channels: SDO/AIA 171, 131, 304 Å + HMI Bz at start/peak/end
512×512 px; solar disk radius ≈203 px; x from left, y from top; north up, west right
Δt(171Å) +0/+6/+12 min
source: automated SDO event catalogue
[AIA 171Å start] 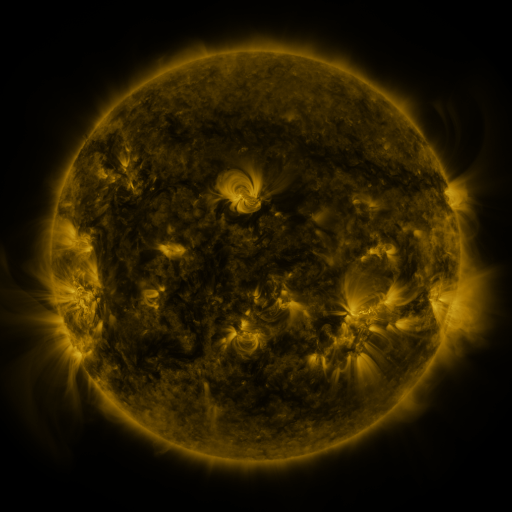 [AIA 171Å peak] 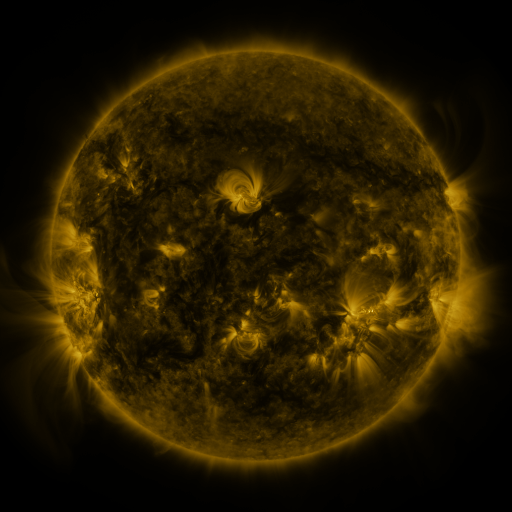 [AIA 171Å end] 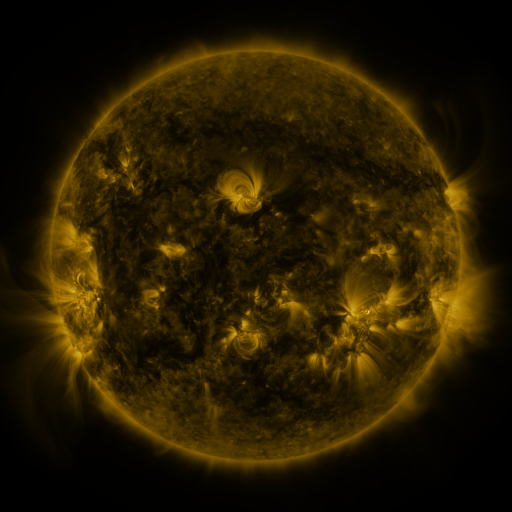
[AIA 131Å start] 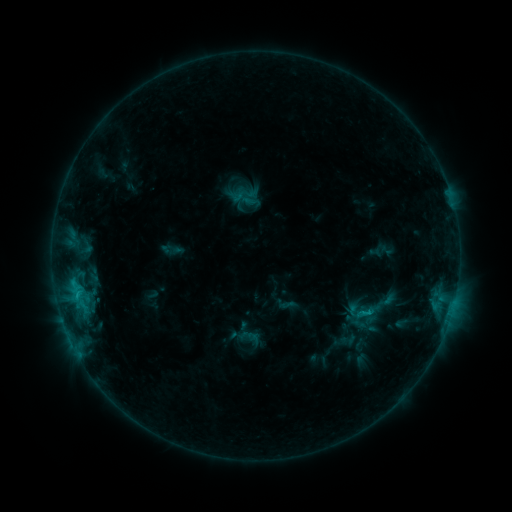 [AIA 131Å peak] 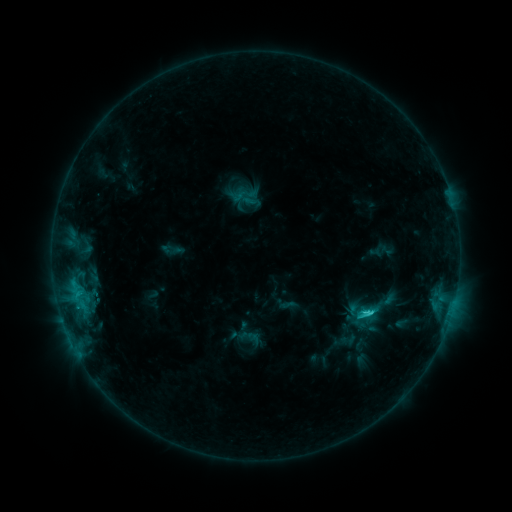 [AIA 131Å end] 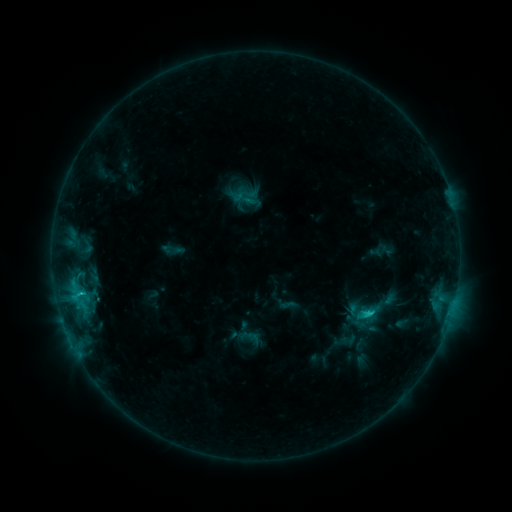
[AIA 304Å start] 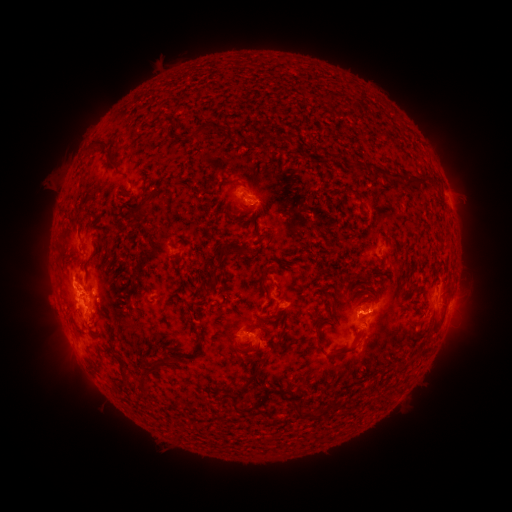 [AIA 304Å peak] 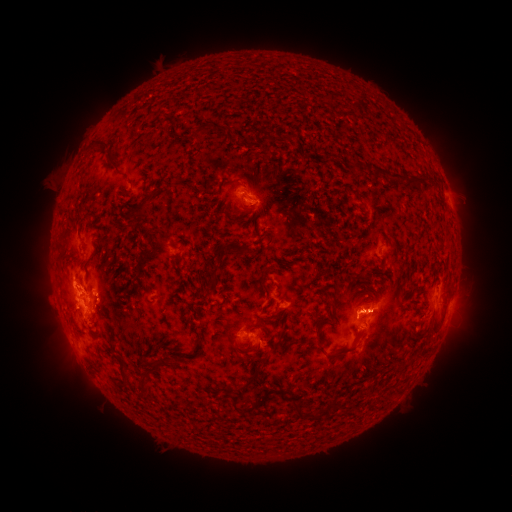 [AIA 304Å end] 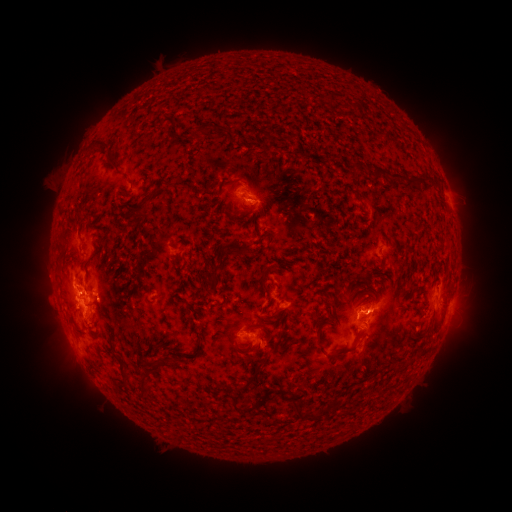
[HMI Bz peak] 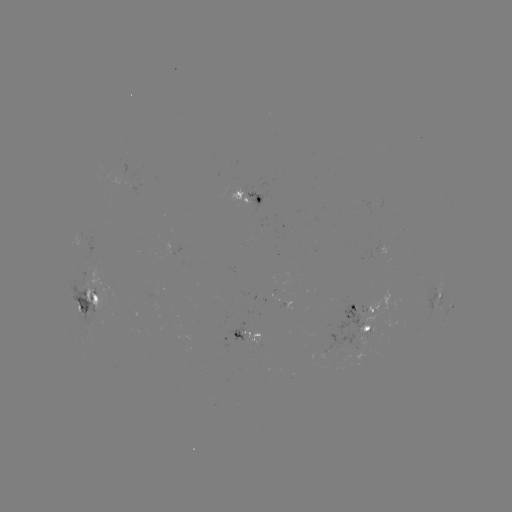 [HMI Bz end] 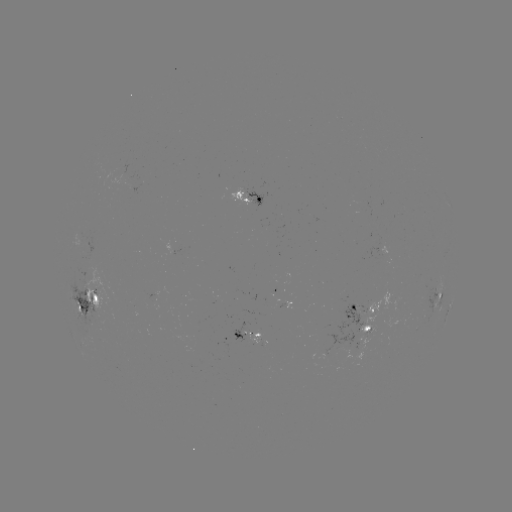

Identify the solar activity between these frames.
C2.5 flare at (364, 313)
